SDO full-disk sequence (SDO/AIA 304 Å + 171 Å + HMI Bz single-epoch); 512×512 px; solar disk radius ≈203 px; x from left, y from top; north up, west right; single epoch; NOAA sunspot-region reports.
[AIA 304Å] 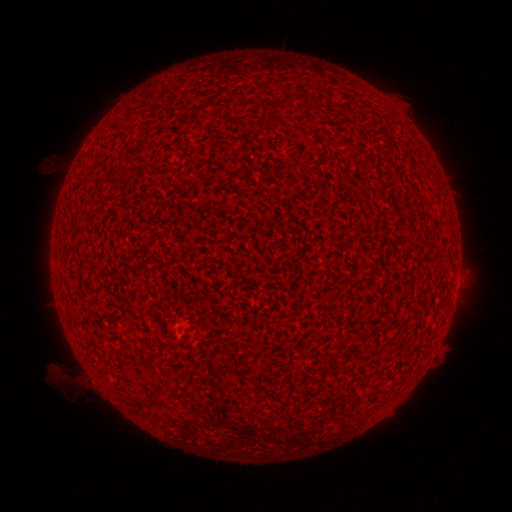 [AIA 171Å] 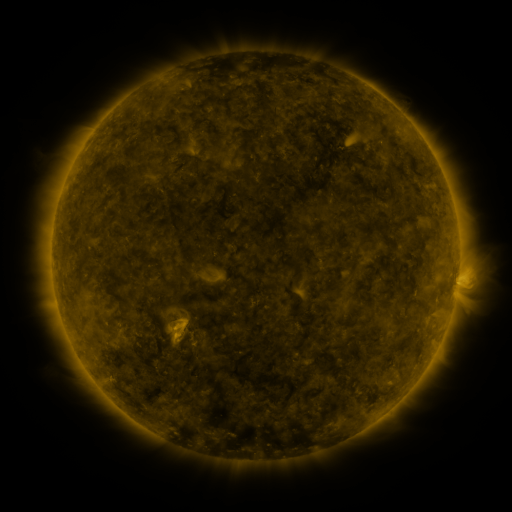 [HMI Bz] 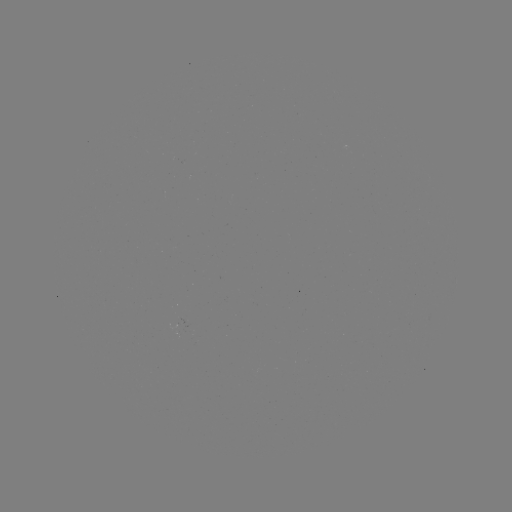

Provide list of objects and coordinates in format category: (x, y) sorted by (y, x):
(none)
